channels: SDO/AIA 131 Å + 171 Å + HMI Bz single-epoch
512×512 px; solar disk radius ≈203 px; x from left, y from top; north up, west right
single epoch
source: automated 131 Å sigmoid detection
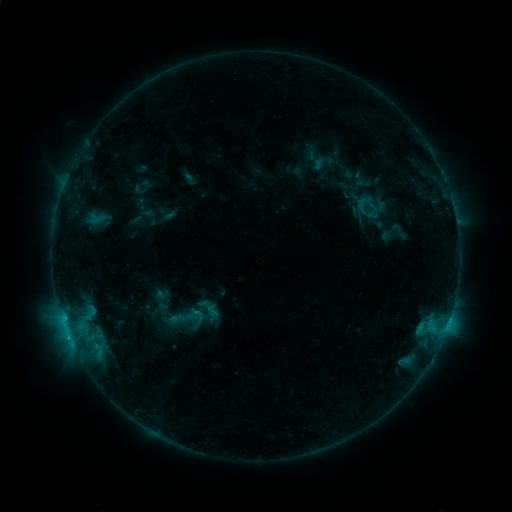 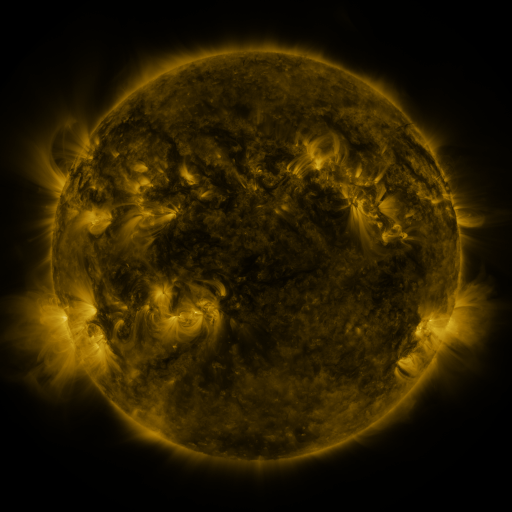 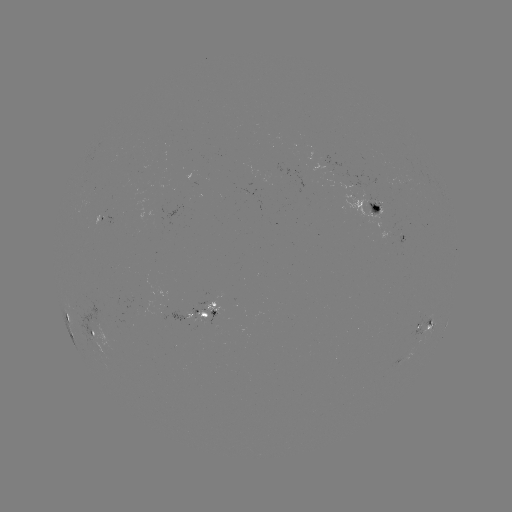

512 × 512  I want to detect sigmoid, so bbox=[346, 188, 396, 232].